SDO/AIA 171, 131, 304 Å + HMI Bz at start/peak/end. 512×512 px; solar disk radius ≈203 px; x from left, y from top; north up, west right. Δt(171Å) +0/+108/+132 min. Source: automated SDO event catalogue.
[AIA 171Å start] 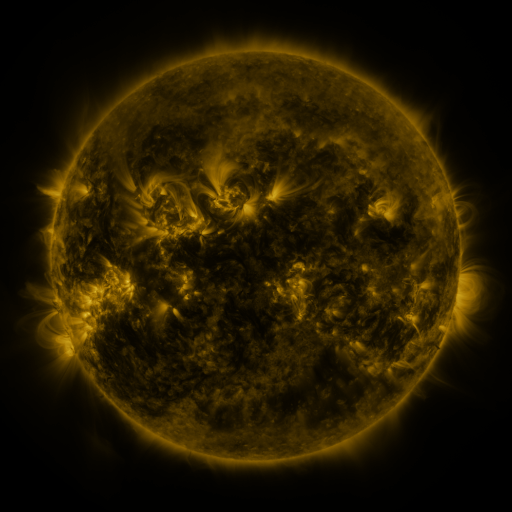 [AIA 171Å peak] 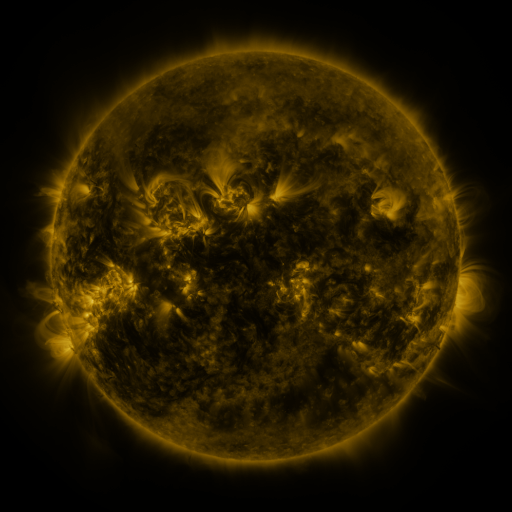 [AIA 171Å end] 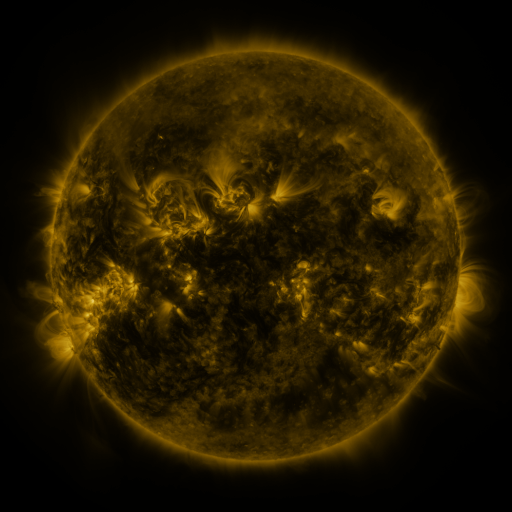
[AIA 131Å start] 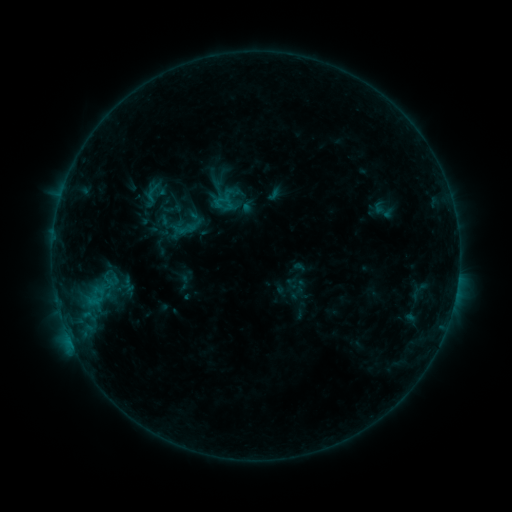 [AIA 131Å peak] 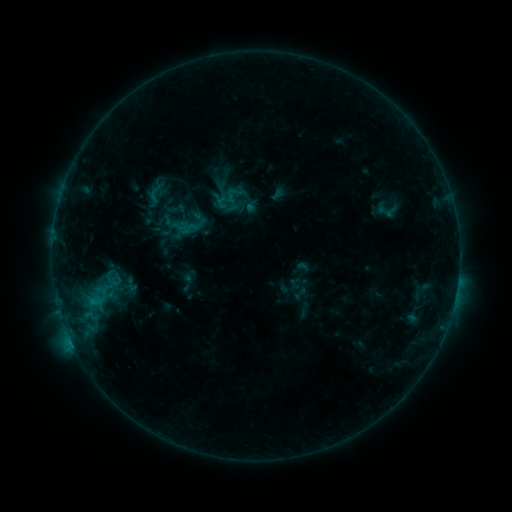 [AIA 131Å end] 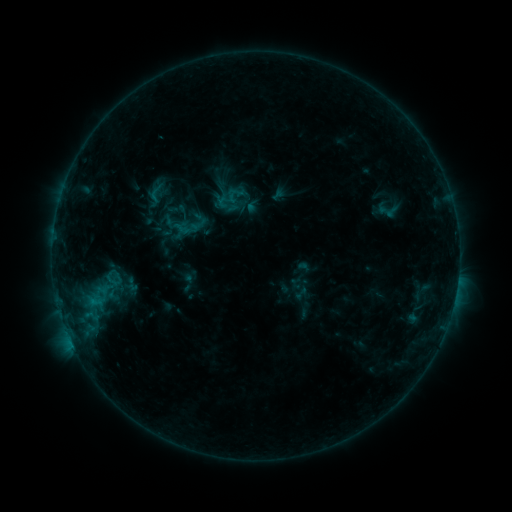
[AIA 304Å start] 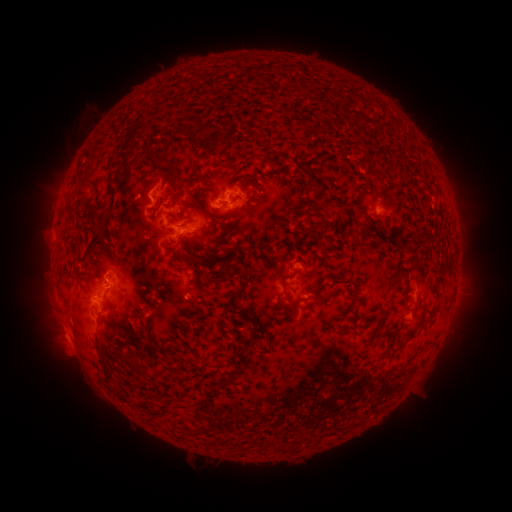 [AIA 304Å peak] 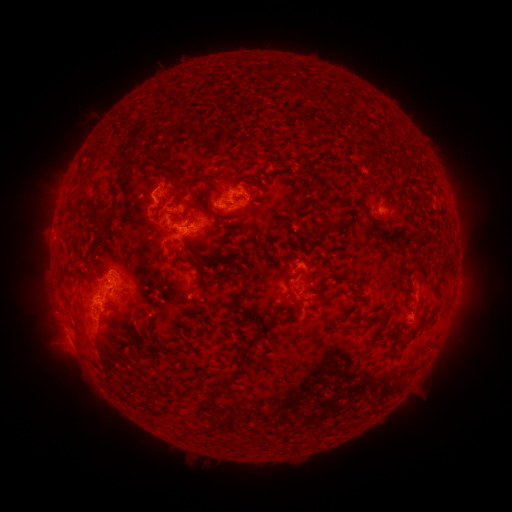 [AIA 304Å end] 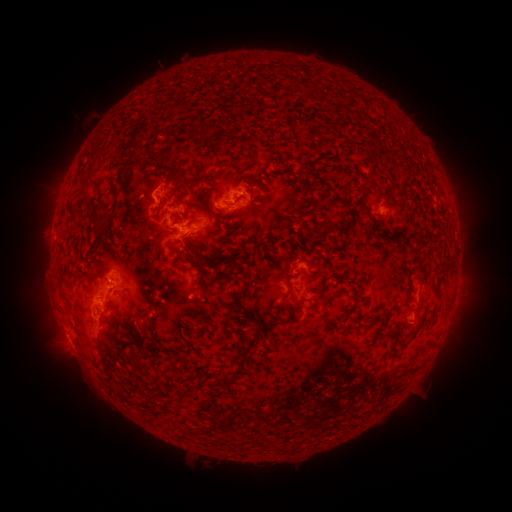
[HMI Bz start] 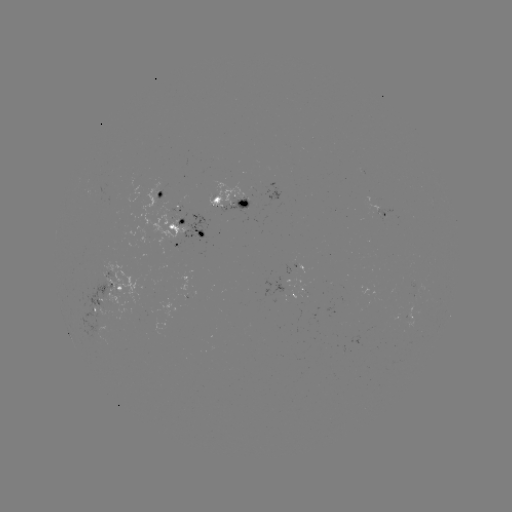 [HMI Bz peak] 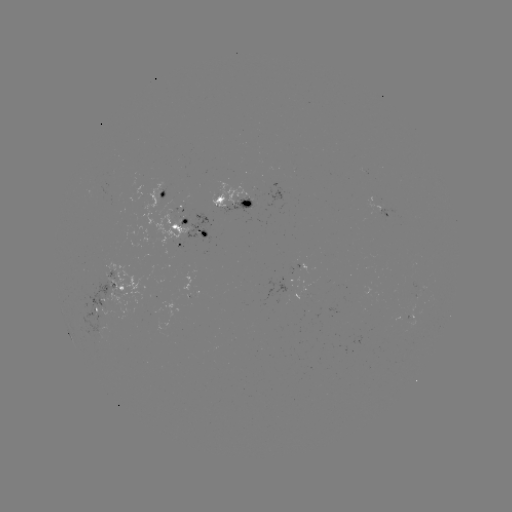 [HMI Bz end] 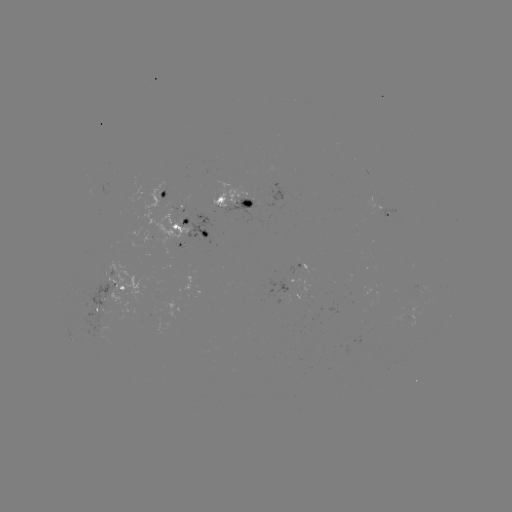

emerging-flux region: [72, 279, 125, 332]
